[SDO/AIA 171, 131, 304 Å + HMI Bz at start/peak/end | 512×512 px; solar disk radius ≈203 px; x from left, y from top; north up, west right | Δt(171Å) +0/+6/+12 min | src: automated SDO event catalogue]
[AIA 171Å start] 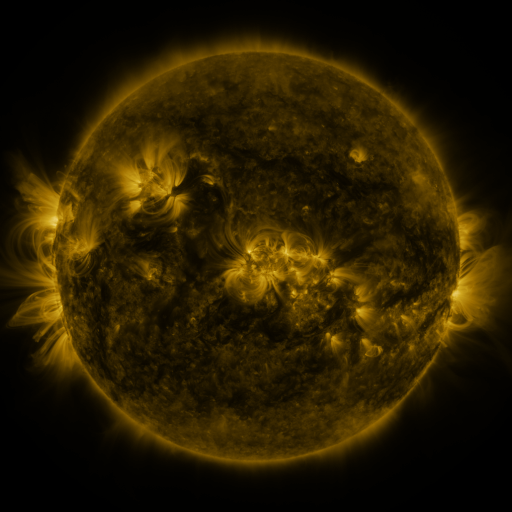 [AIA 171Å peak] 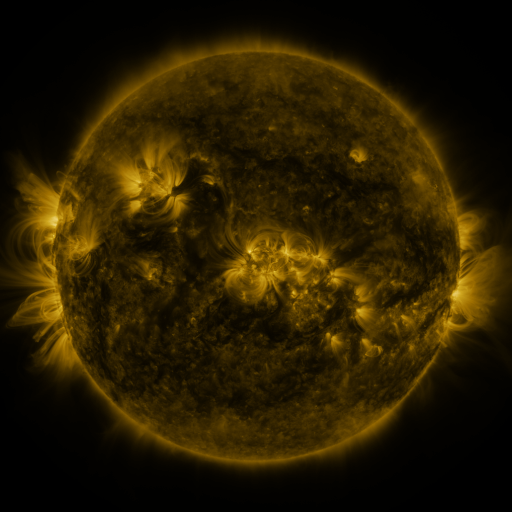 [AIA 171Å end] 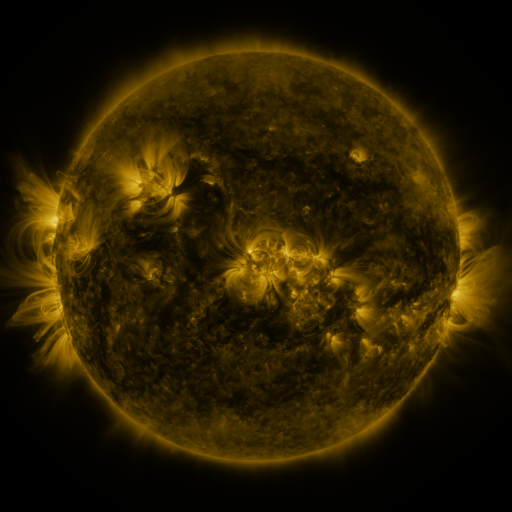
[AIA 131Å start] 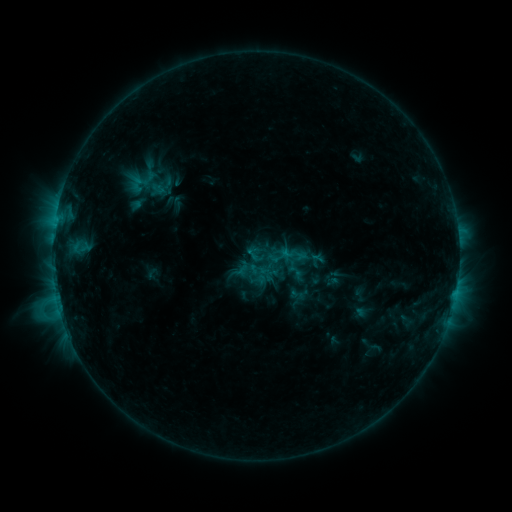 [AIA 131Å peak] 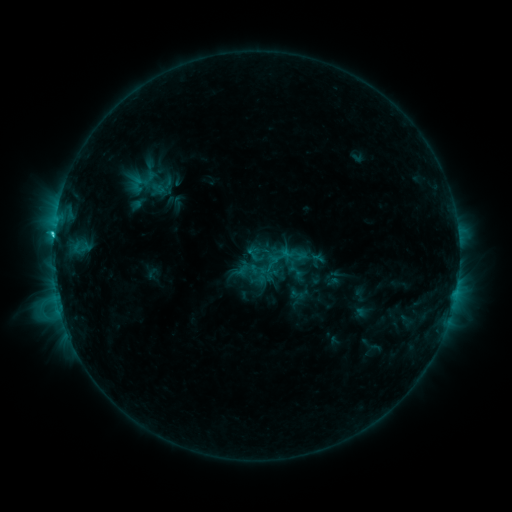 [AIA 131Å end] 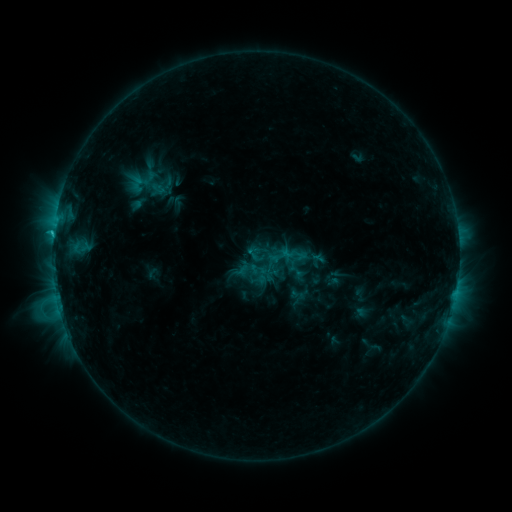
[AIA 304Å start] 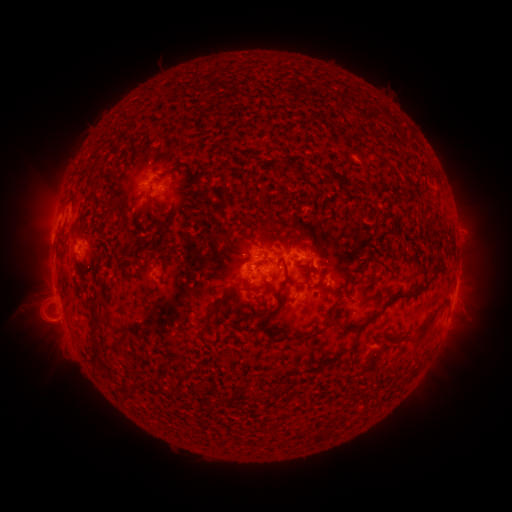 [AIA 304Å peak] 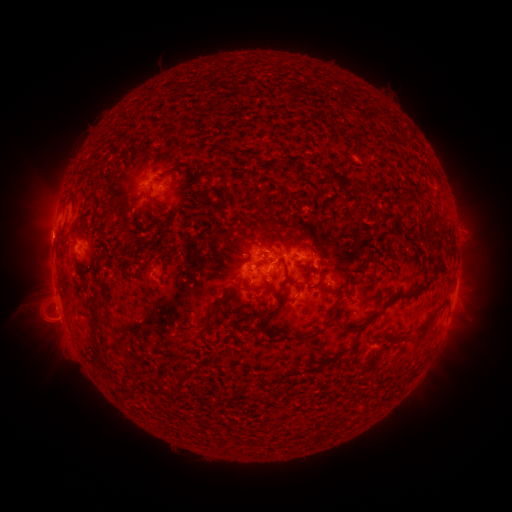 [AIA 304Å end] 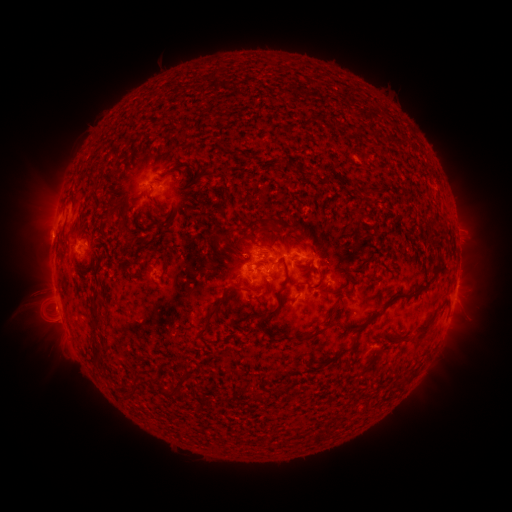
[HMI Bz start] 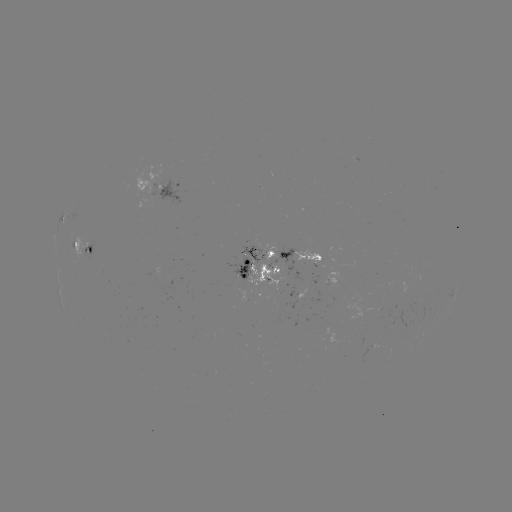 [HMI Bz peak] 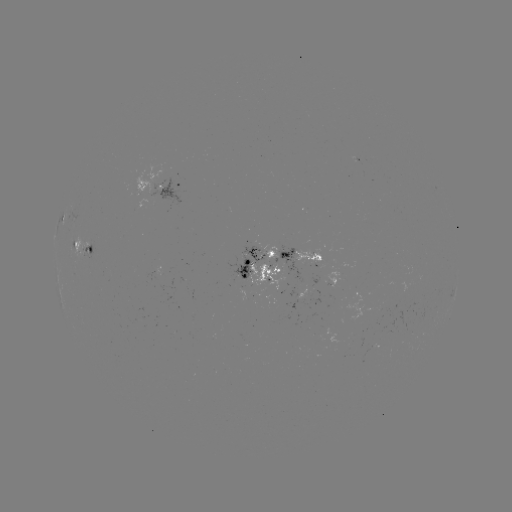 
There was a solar flare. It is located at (53, 237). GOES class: C2.4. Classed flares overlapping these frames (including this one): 1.